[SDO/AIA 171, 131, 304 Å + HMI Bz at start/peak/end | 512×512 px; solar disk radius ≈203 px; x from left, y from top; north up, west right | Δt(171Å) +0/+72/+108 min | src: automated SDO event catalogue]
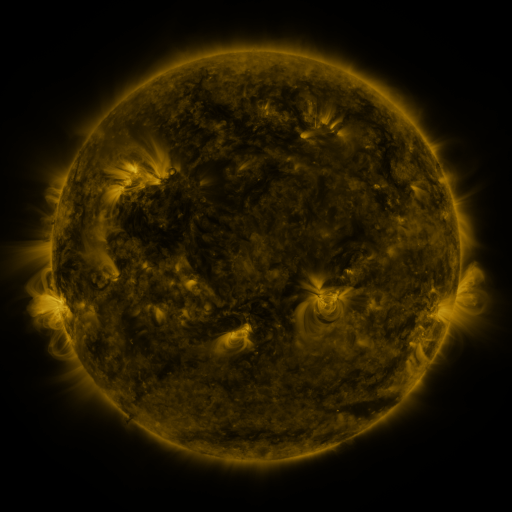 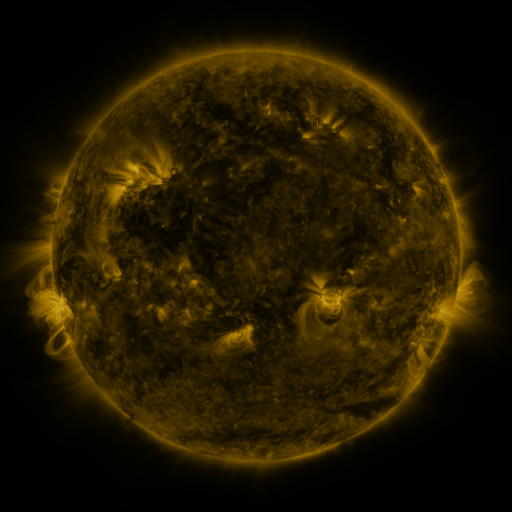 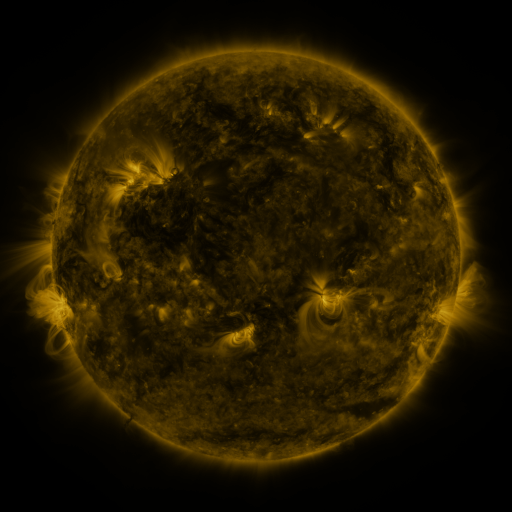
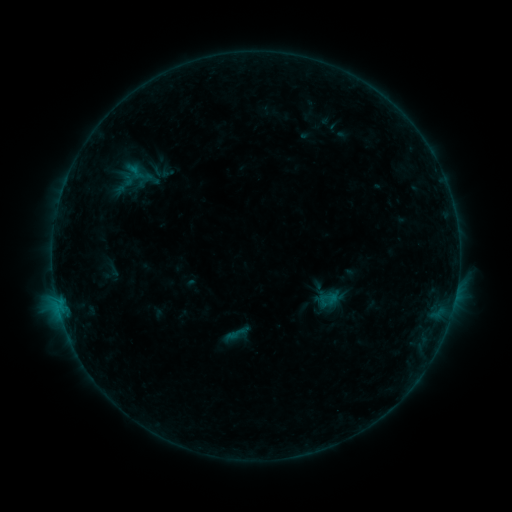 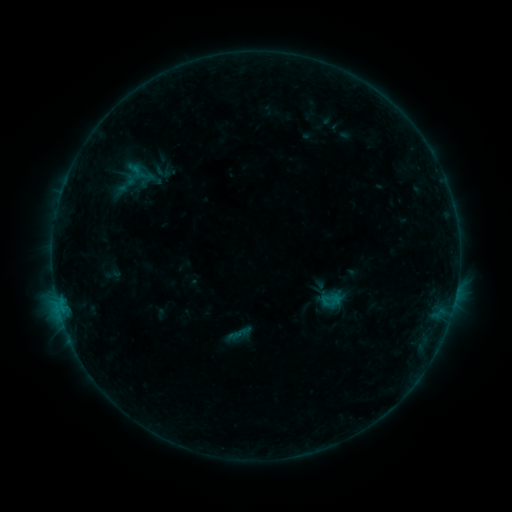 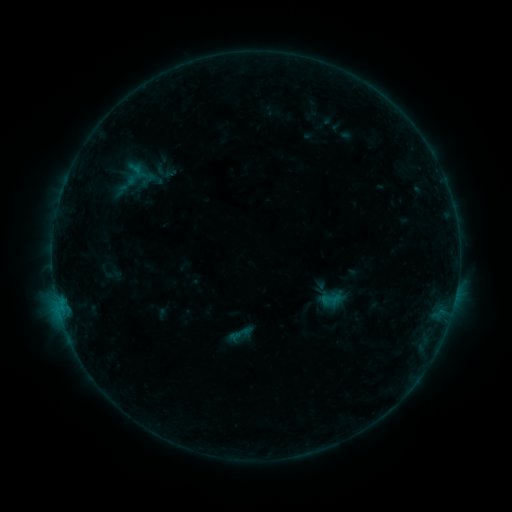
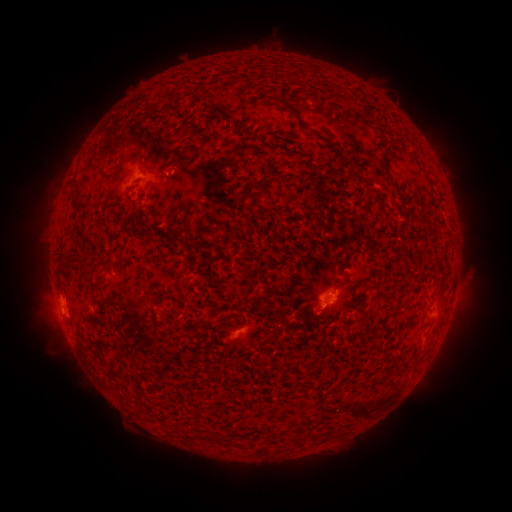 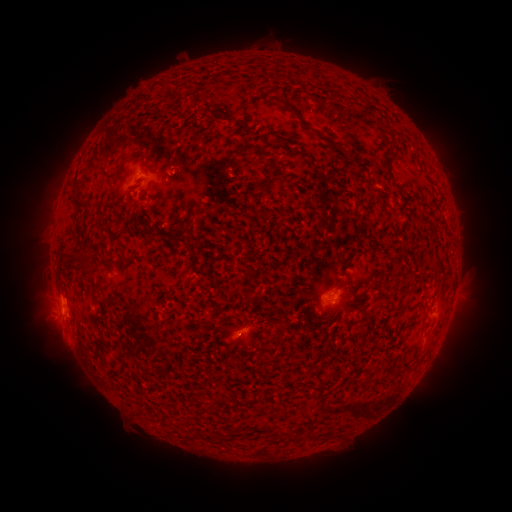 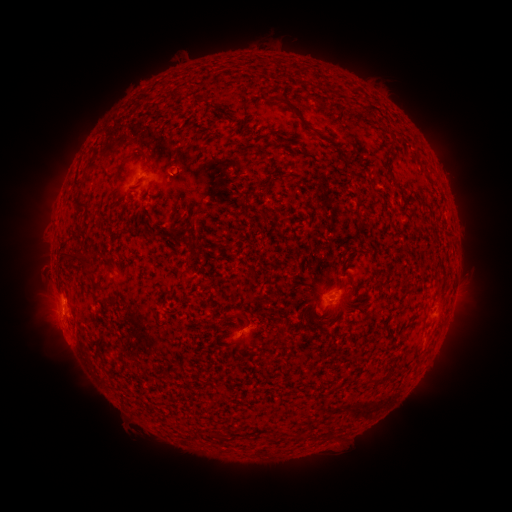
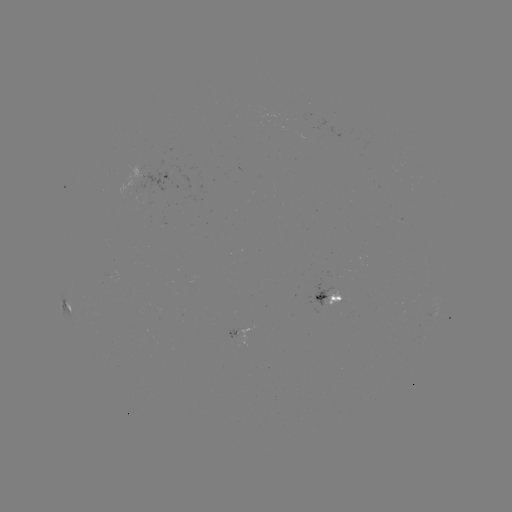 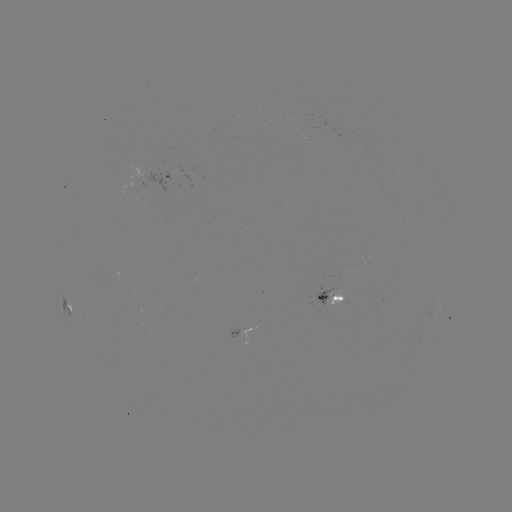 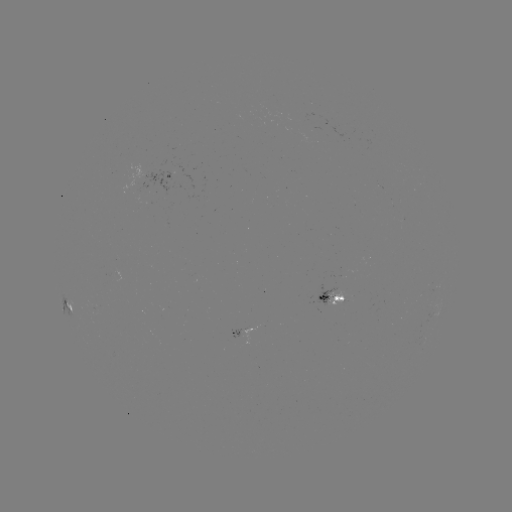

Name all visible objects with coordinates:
emerging-flux region: (310, 113)
